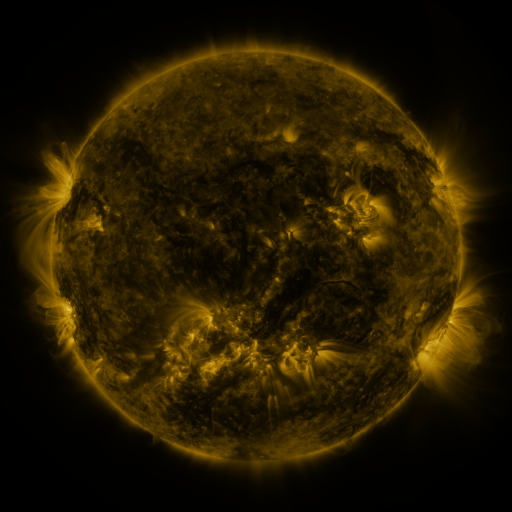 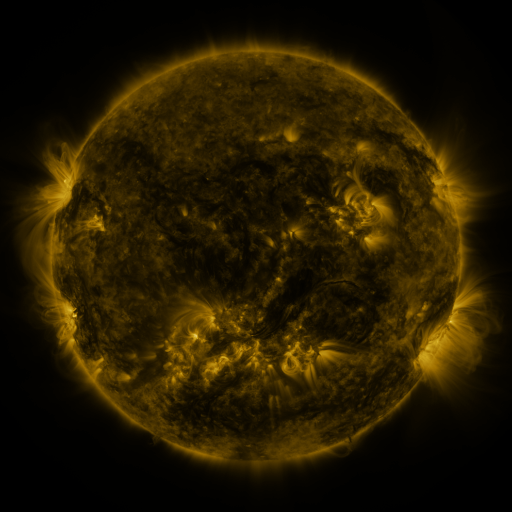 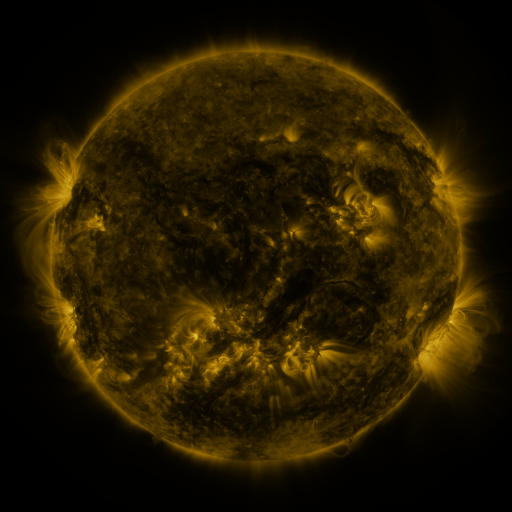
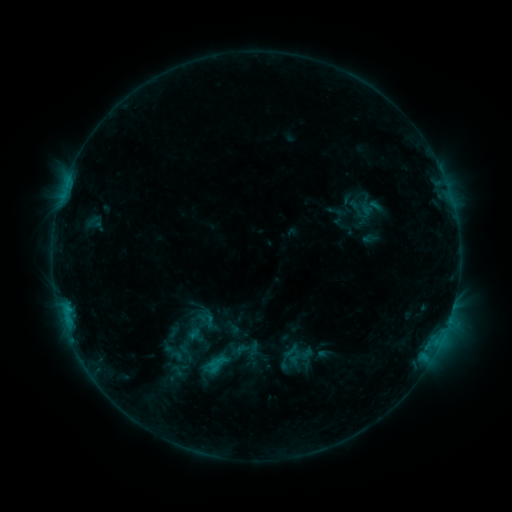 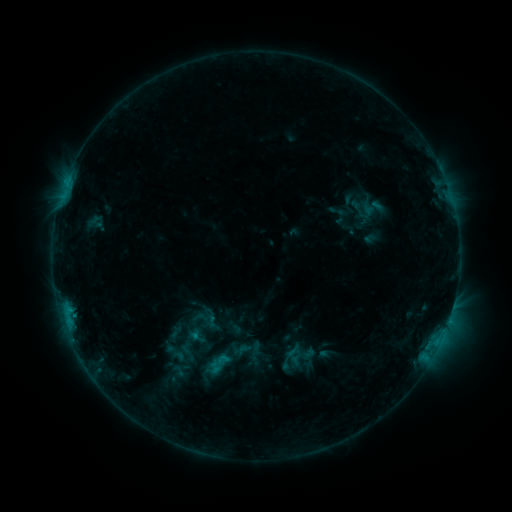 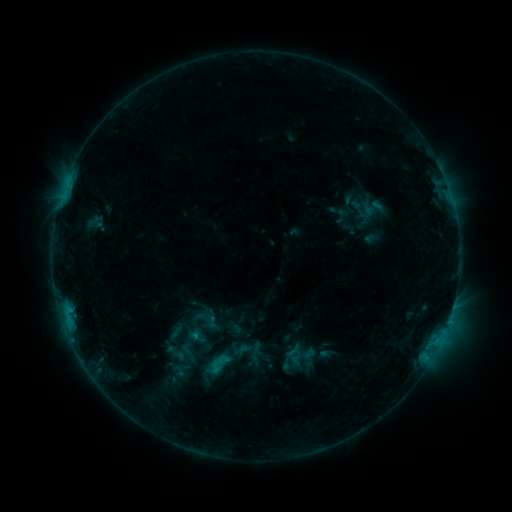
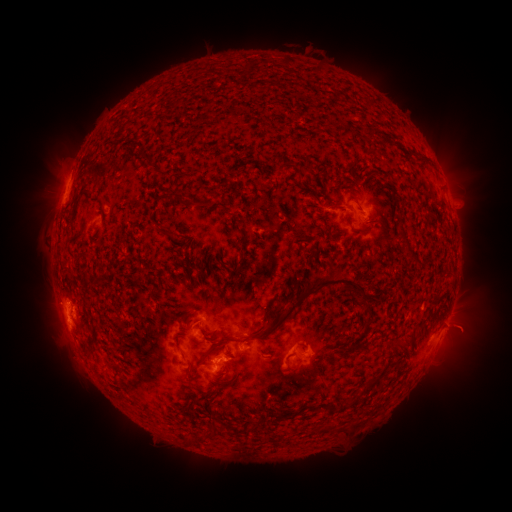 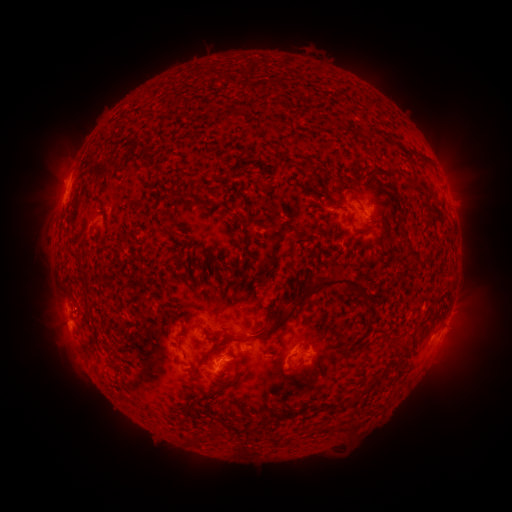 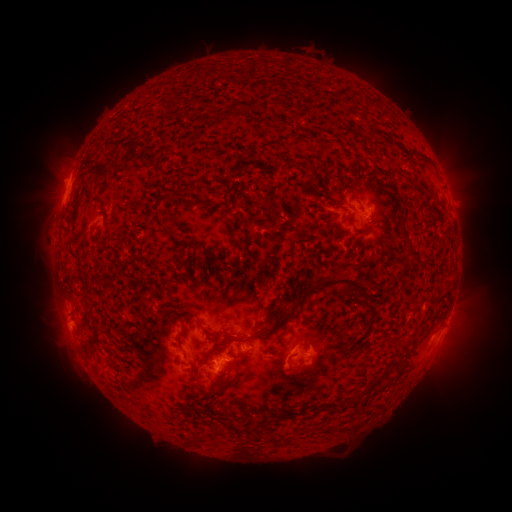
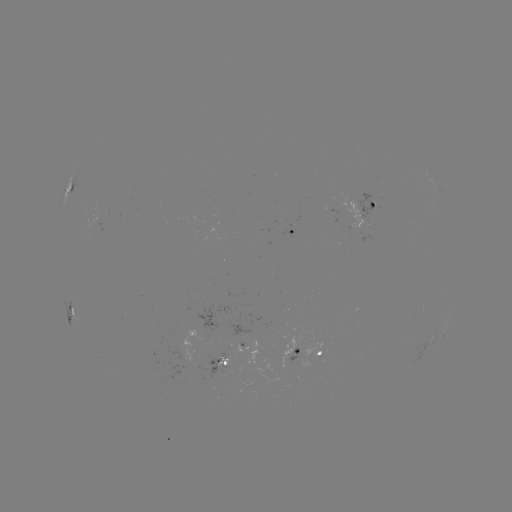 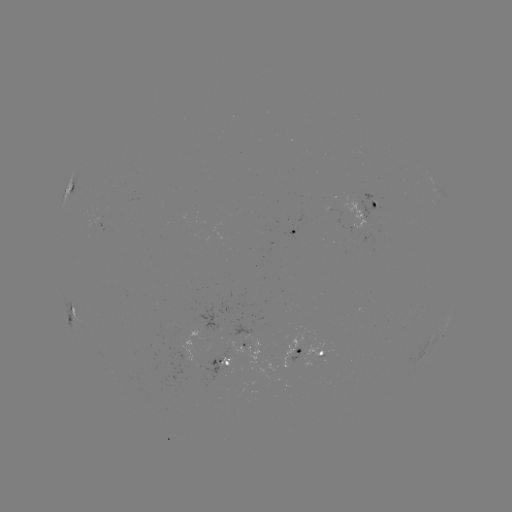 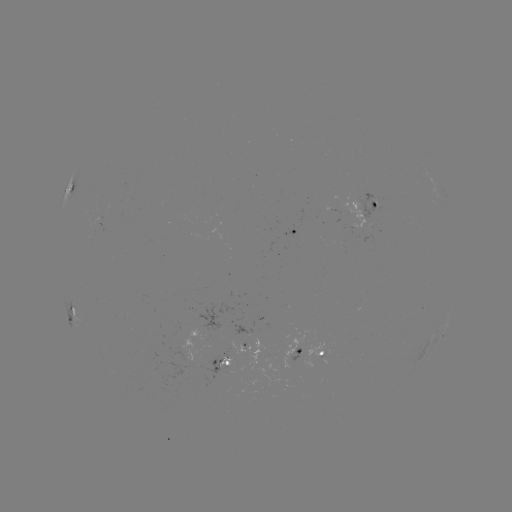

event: emerging-flux region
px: (319, 354)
